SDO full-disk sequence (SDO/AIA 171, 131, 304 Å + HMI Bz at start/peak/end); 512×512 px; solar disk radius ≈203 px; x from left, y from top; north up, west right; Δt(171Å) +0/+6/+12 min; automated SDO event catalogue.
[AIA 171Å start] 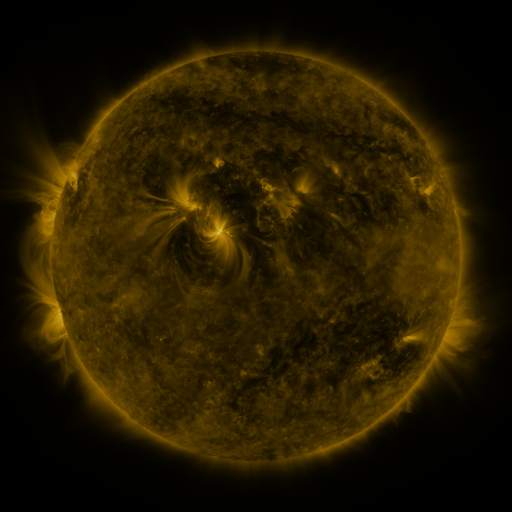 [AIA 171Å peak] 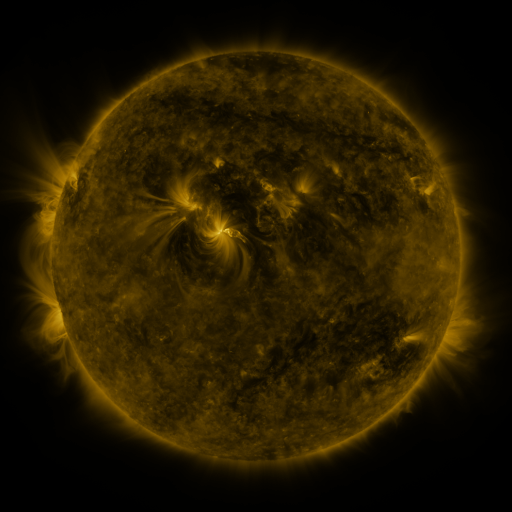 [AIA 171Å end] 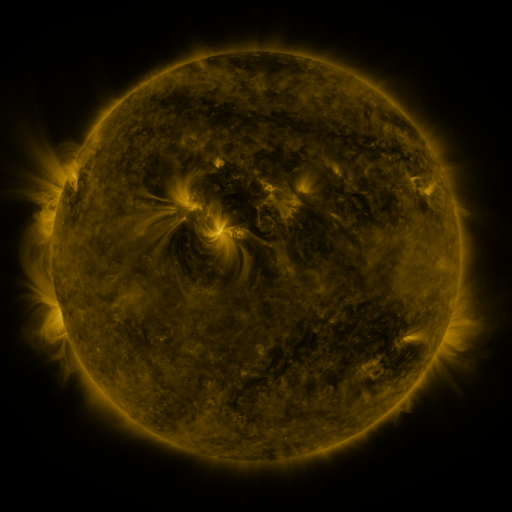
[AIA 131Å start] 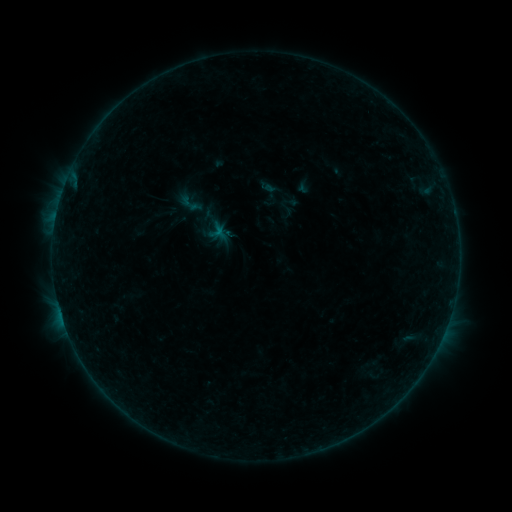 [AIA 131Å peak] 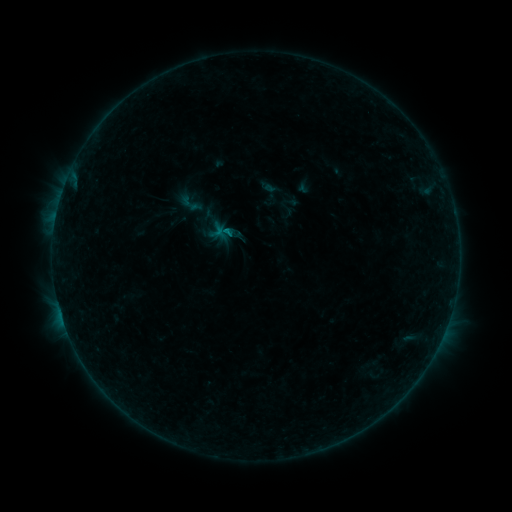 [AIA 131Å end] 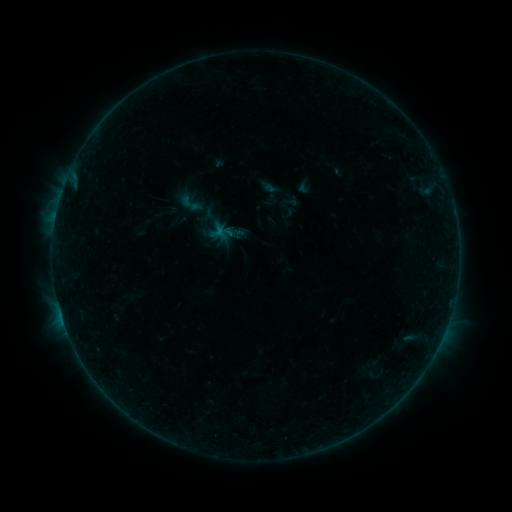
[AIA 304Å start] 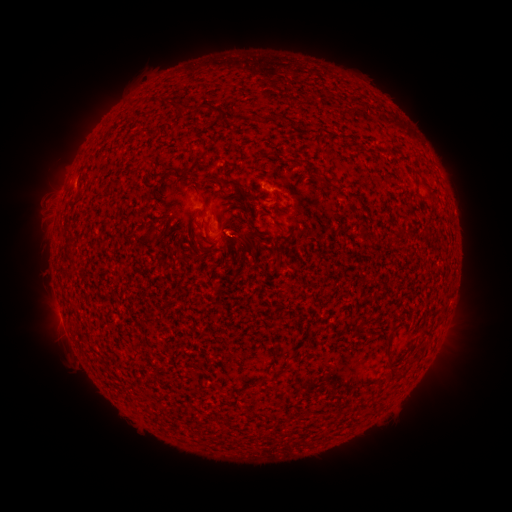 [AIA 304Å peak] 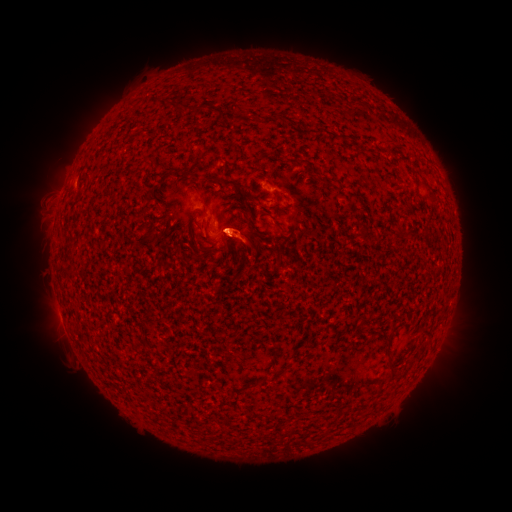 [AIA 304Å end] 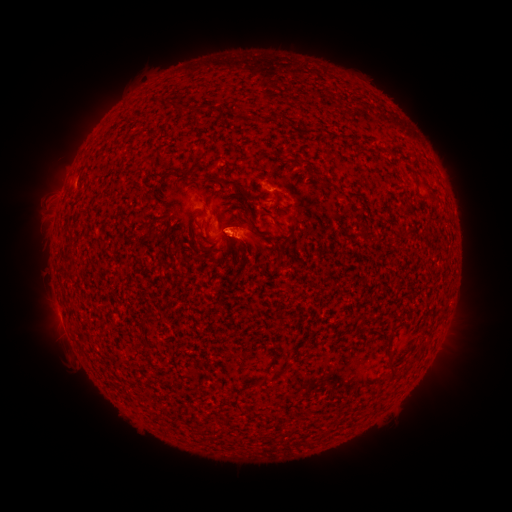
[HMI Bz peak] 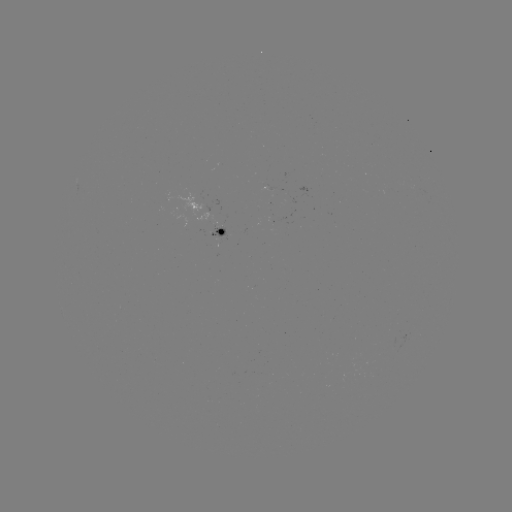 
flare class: B1.8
